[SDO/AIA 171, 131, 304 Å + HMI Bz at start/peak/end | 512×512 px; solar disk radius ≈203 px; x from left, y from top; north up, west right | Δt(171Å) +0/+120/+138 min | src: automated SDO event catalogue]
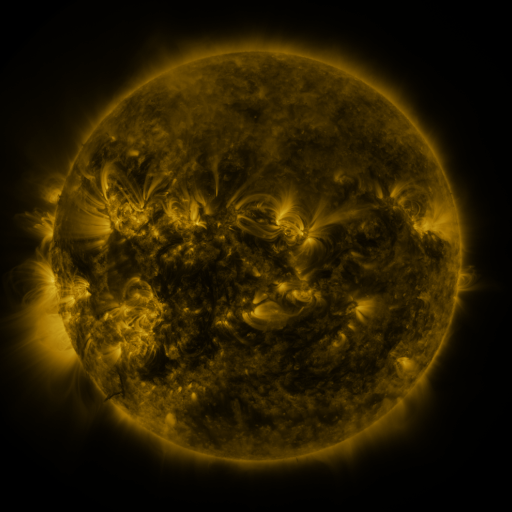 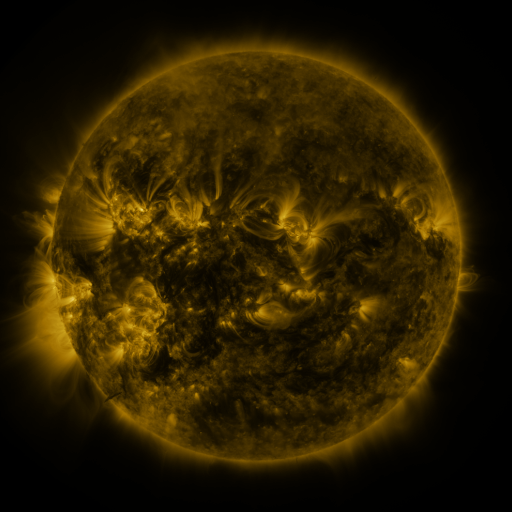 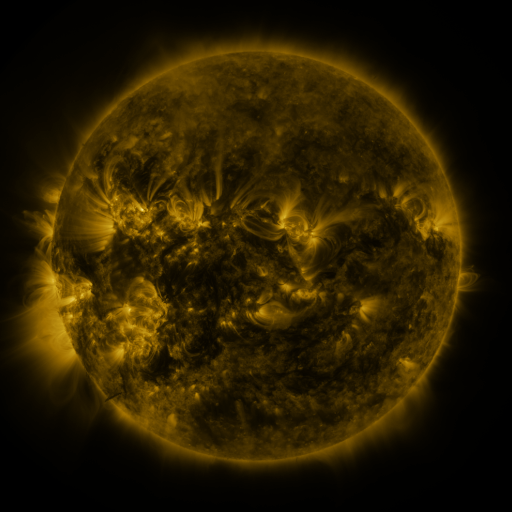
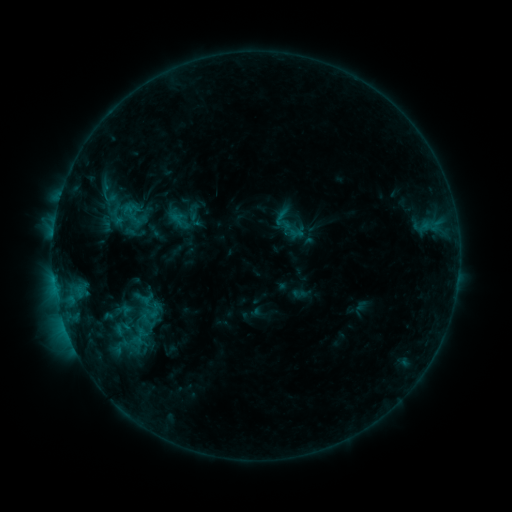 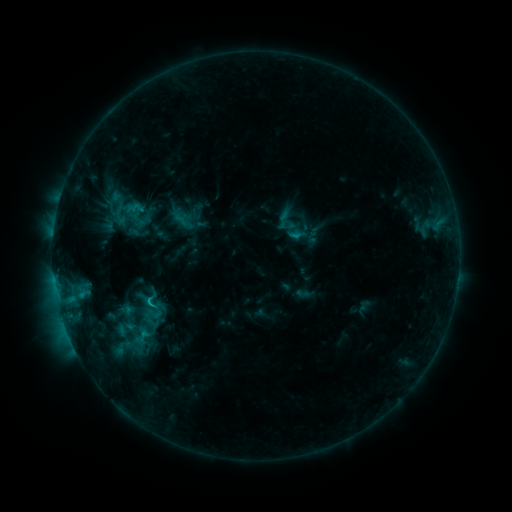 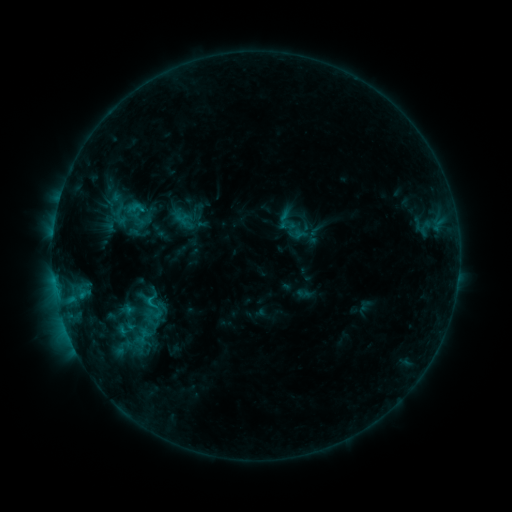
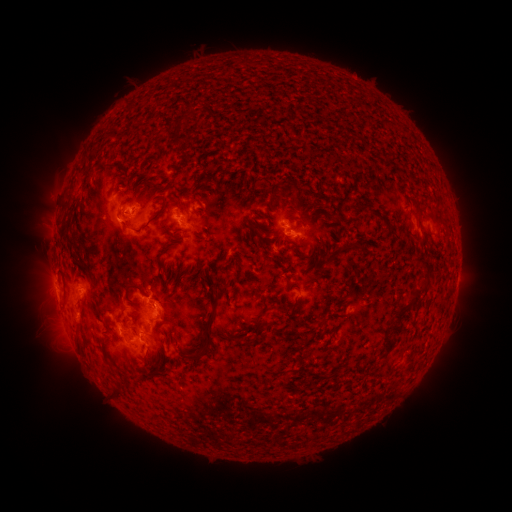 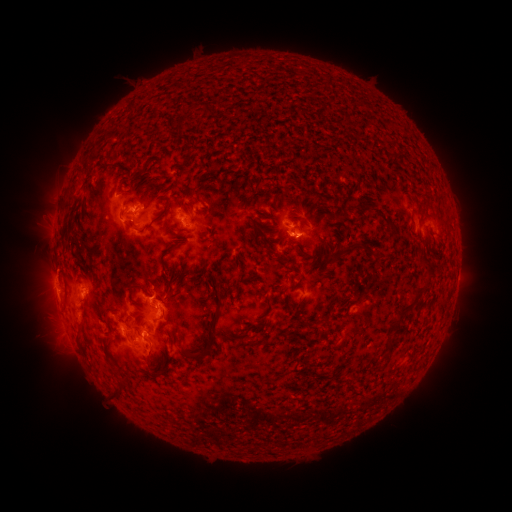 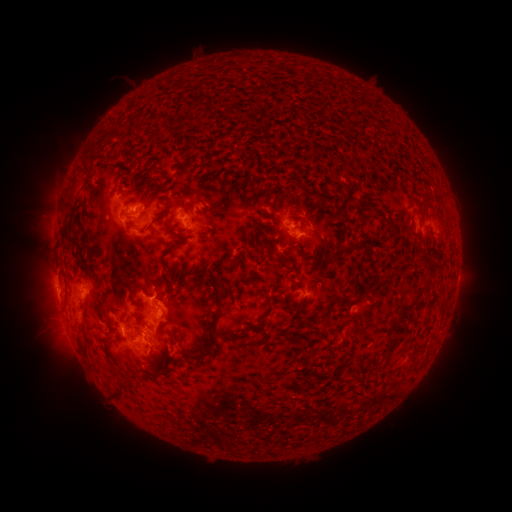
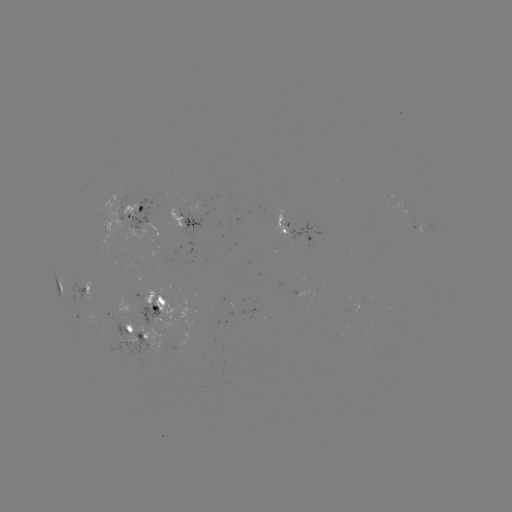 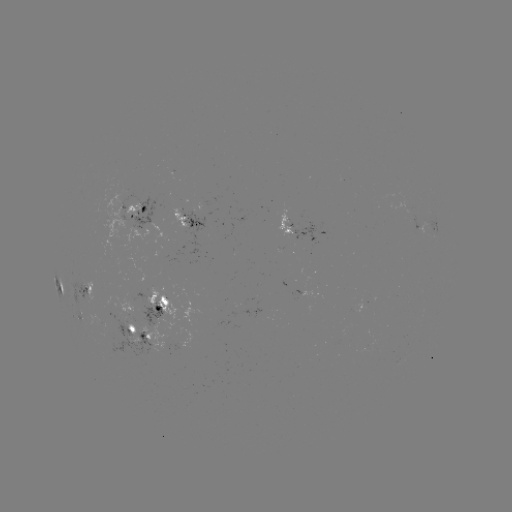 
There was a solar emerging-flux region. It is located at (274, 213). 